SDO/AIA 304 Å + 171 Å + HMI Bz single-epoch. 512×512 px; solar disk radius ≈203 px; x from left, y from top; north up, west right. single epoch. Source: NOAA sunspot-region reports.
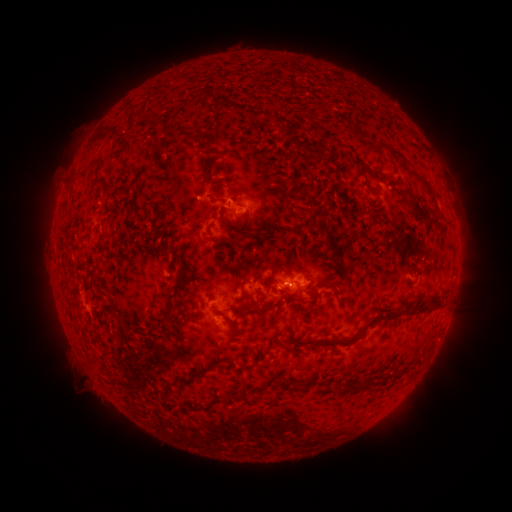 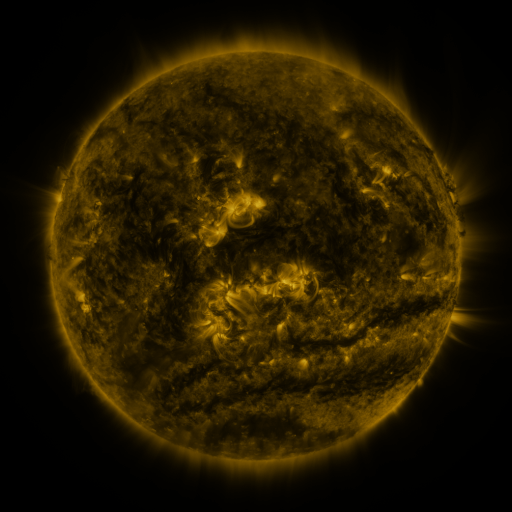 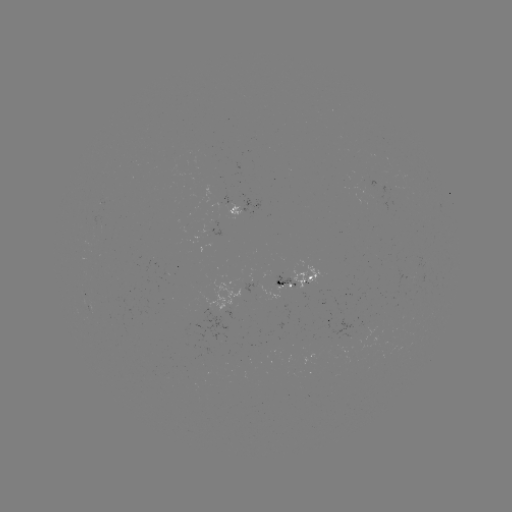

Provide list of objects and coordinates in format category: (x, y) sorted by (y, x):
spotted active region: (248, 206)
spotted active region: (300, 277)
